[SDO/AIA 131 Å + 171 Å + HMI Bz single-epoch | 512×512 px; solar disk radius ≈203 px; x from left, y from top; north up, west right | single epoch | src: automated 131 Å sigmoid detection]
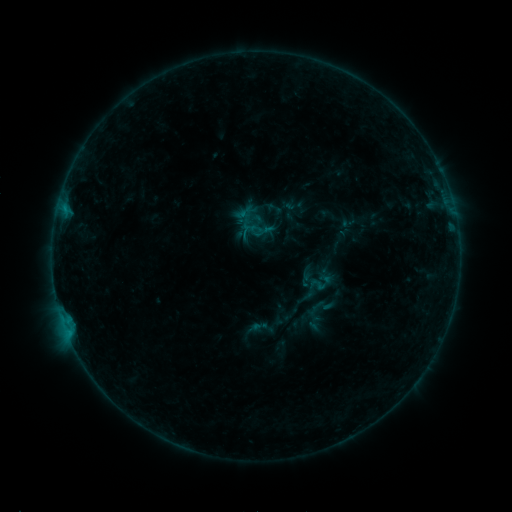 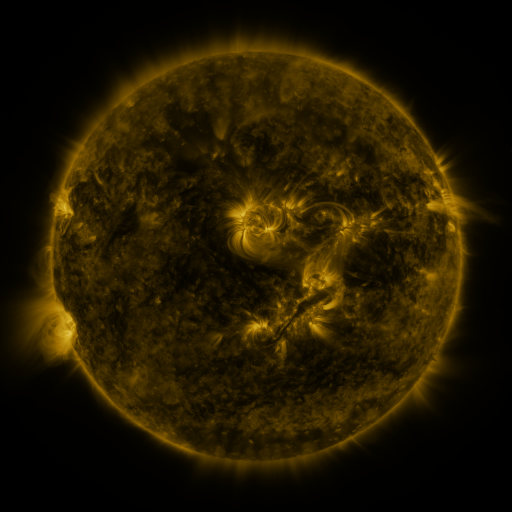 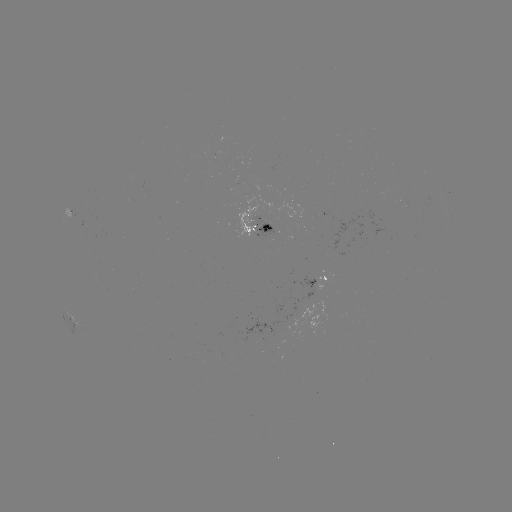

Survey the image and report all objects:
sigmoid: (254, 229)
